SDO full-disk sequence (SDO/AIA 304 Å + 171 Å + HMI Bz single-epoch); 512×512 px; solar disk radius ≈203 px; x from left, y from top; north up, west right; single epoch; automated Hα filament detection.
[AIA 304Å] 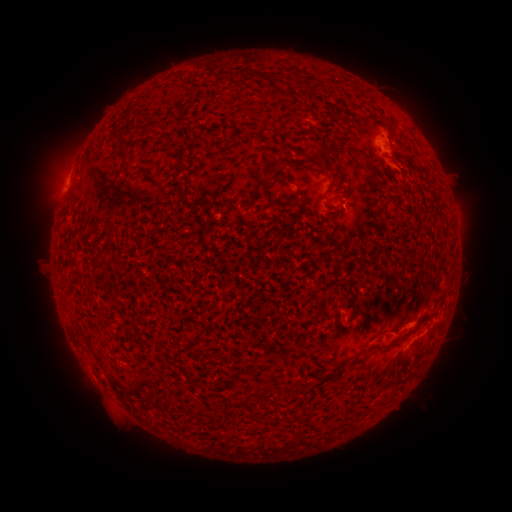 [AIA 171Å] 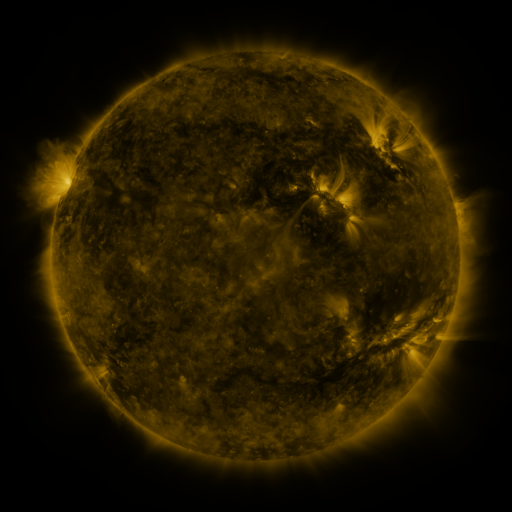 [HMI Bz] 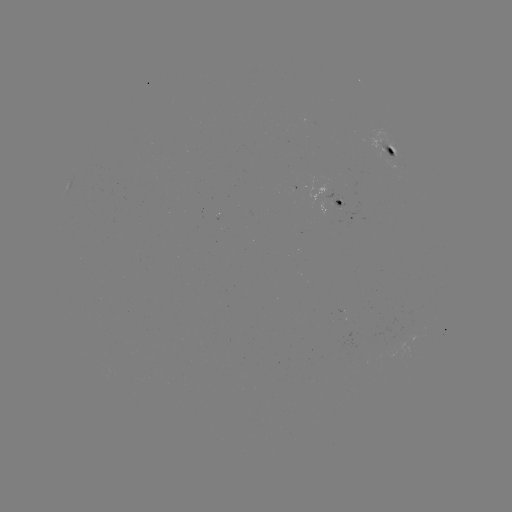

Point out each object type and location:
filament: (119, 143, 133, 167)
filament: (318, 162, 338, 180)
filament: (268, 166, 282, 178)
filament: (368, 170, 379, 182)
filament: (261, 191, 272, 202)
filament: (343, 204, 354, 214)
